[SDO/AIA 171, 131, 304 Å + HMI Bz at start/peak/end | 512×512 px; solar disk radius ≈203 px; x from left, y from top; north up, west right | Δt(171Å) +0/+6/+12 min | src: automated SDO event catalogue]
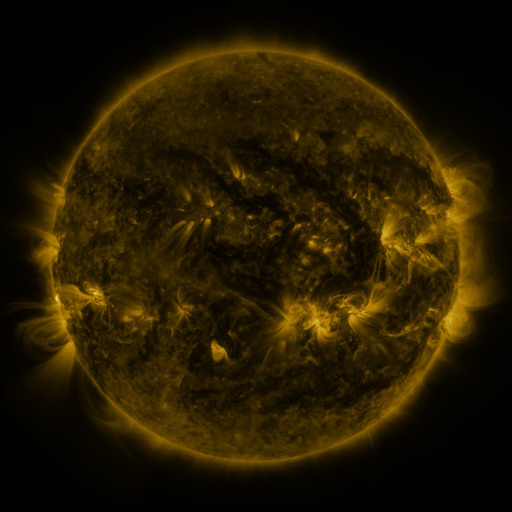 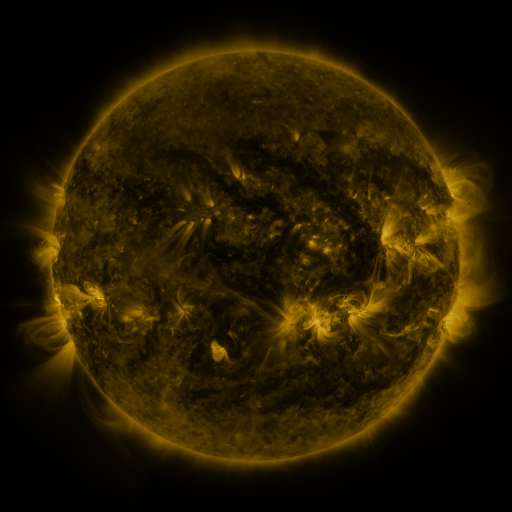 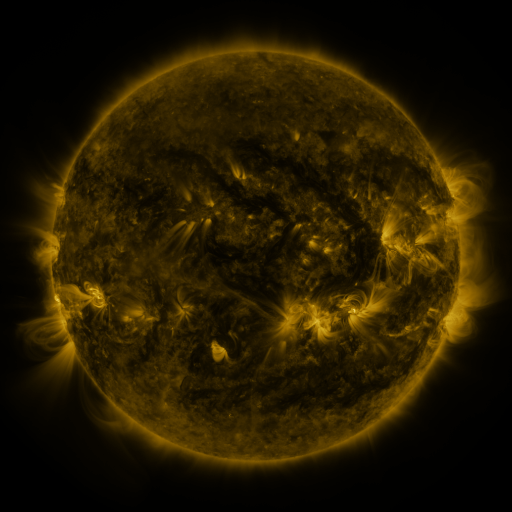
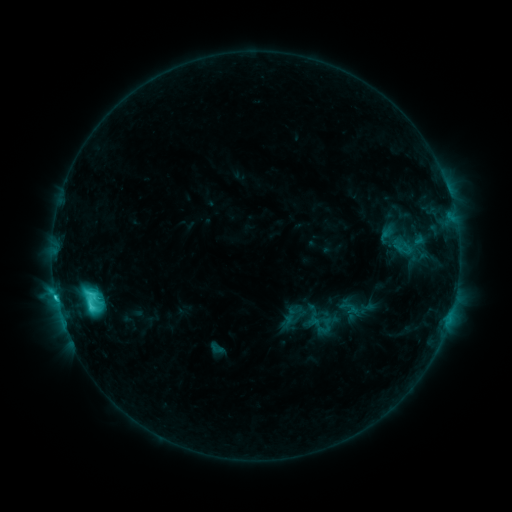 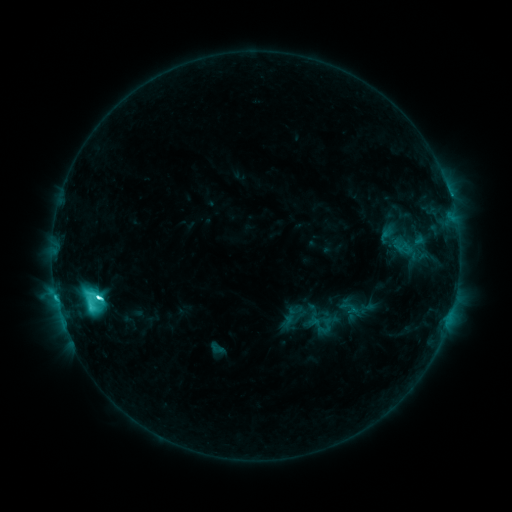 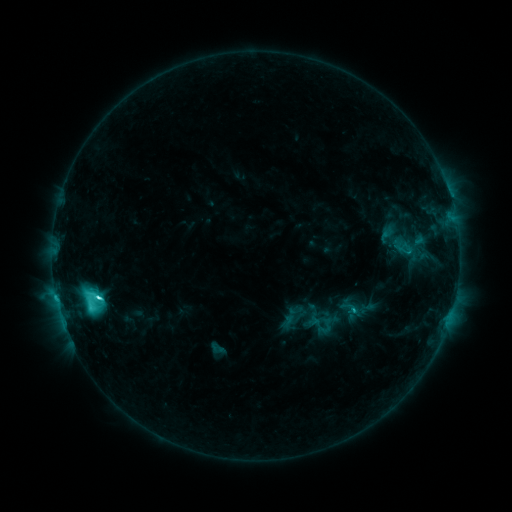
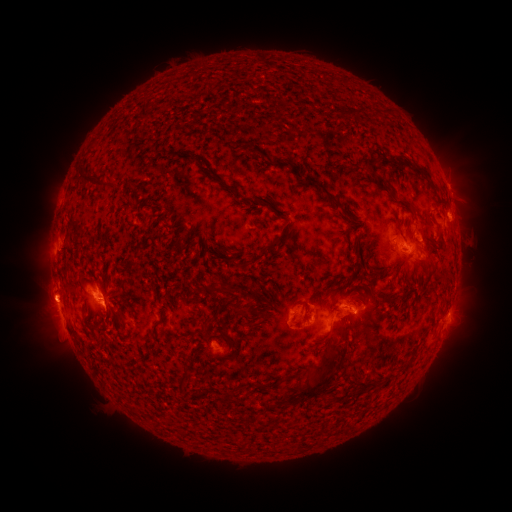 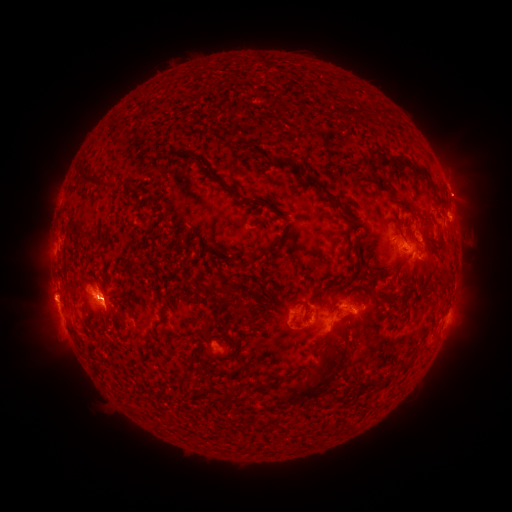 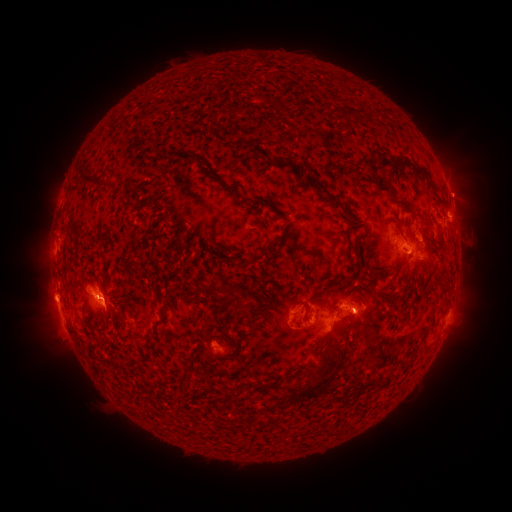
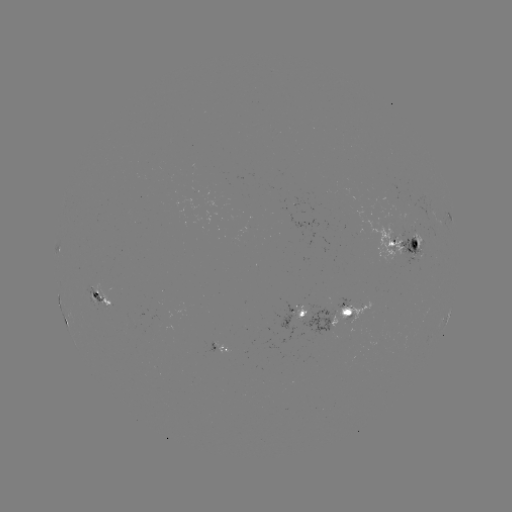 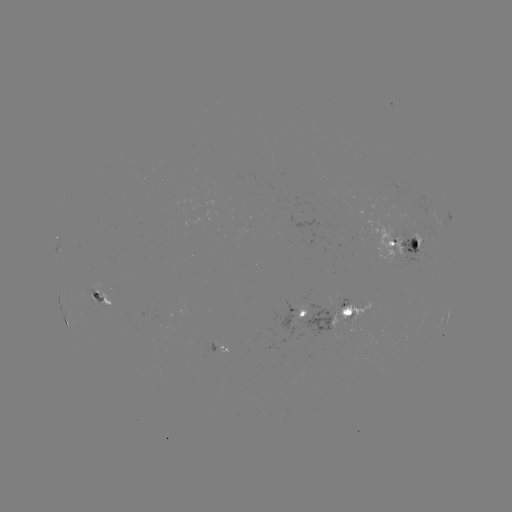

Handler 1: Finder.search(M1.0 flare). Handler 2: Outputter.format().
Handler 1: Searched M1.0 flare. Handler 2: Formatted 99,295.